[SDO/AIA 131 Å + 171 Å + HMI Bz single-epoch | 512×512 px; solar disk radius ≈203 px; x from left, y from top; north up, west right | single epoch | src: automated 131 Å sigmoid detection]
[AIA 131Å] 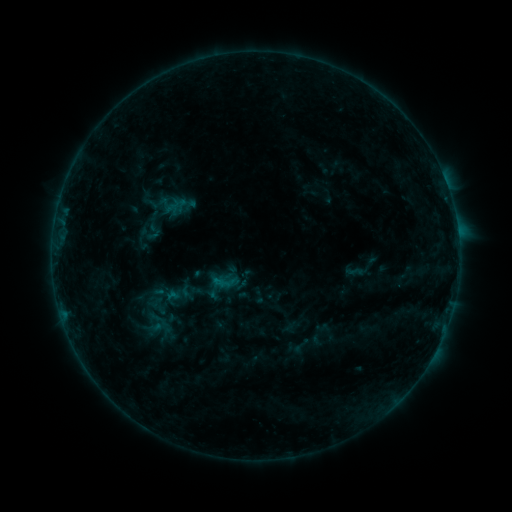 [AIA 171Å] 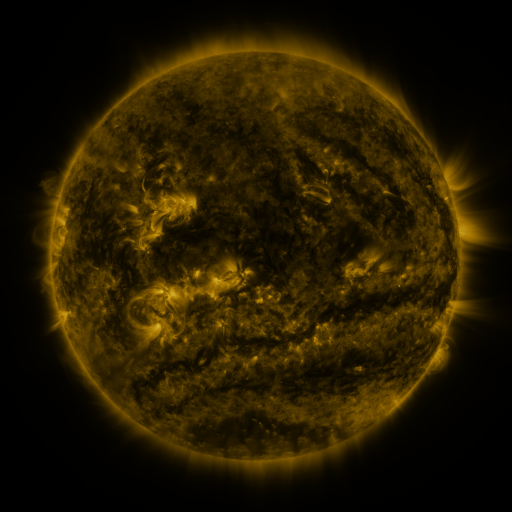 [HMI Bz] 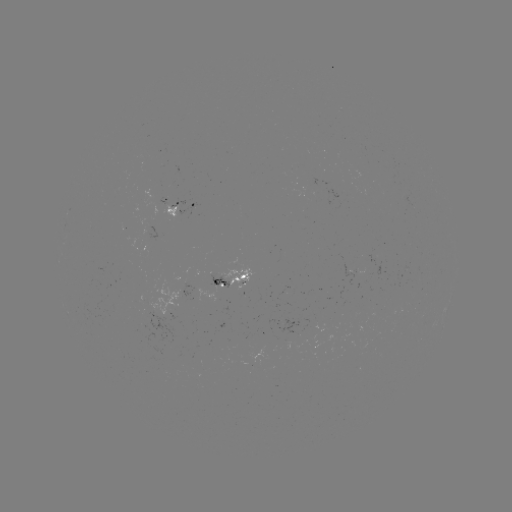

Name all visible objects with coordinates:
sigmoid: [346, 262, 364, 282]
sigmoid: [238, 285, 260, 306]
